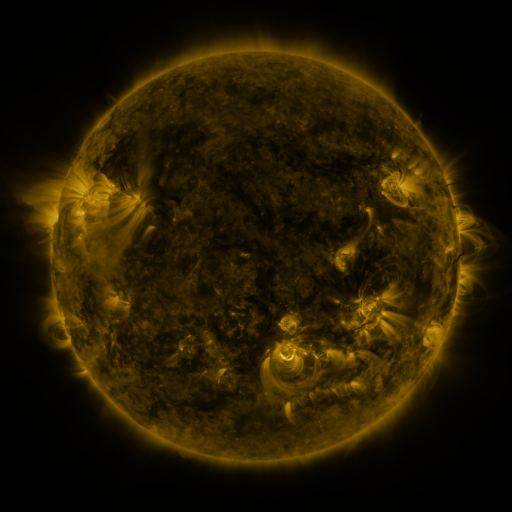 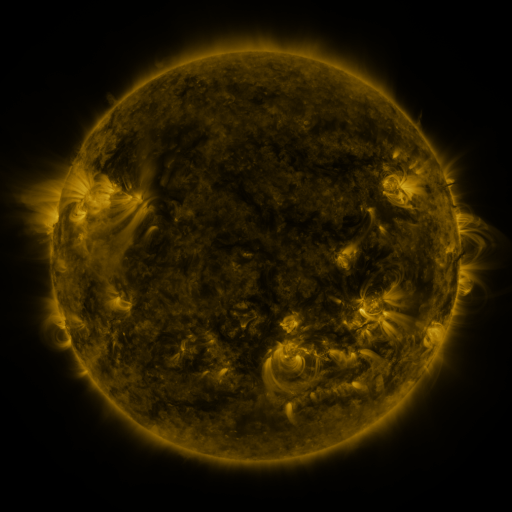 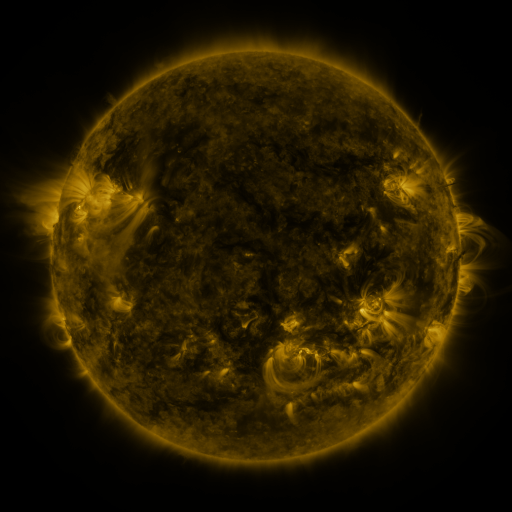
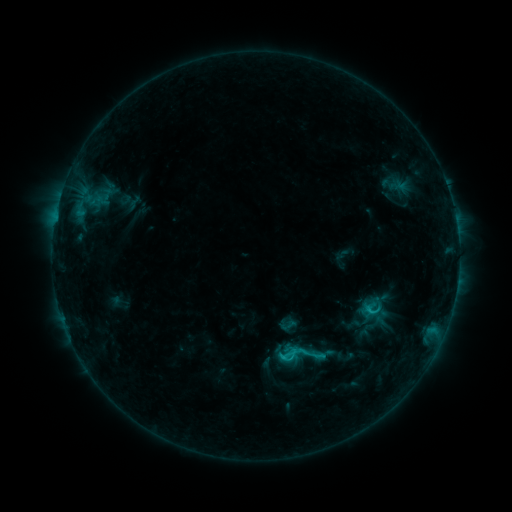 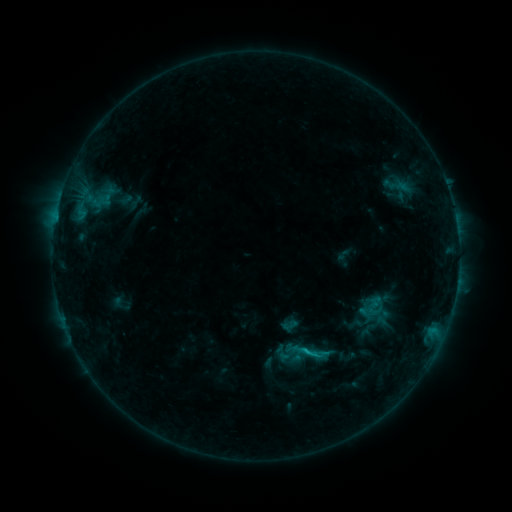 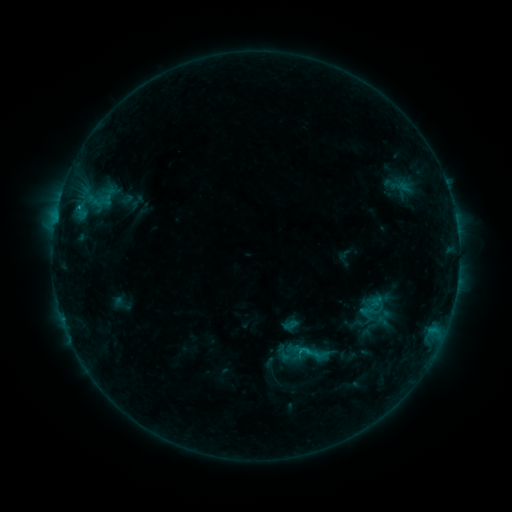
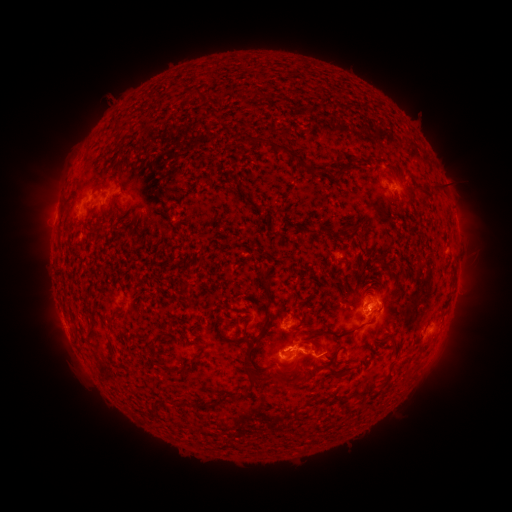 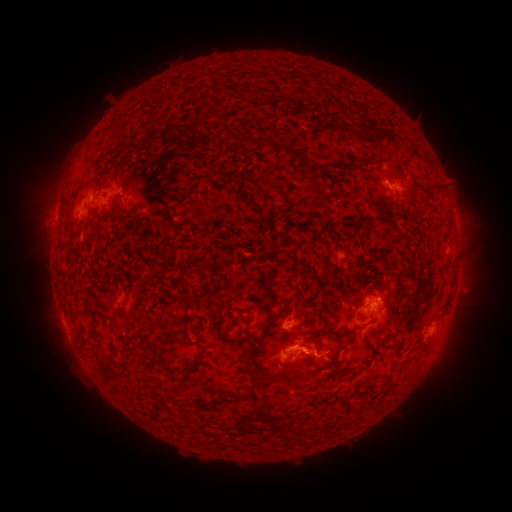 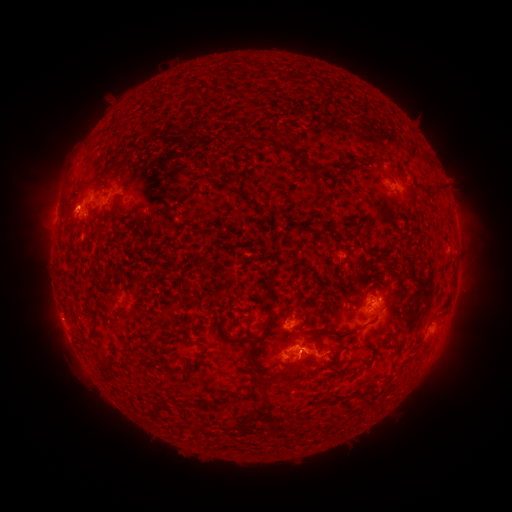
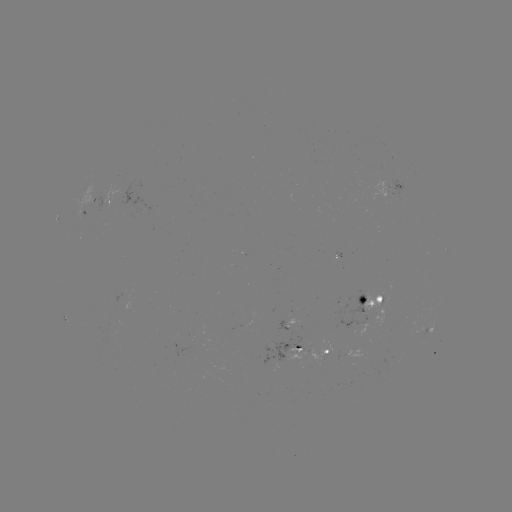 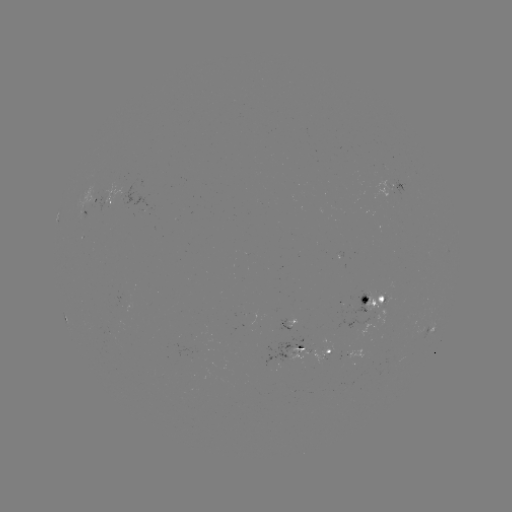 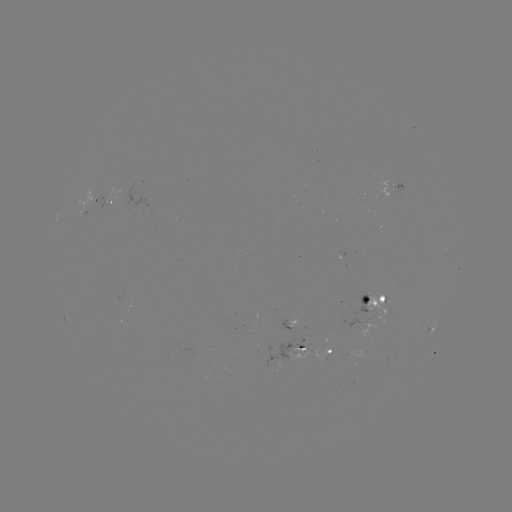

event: emerging-flux region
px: (366, 313)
